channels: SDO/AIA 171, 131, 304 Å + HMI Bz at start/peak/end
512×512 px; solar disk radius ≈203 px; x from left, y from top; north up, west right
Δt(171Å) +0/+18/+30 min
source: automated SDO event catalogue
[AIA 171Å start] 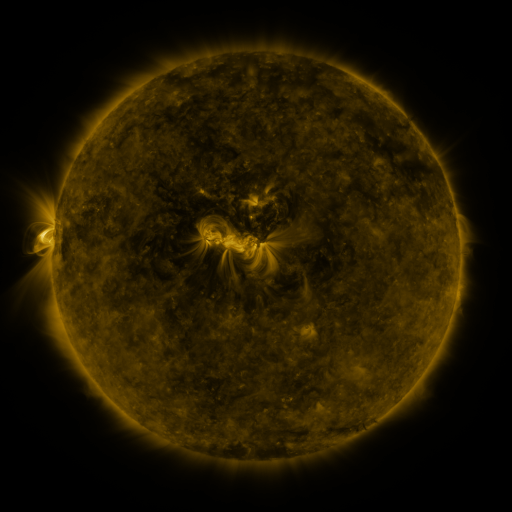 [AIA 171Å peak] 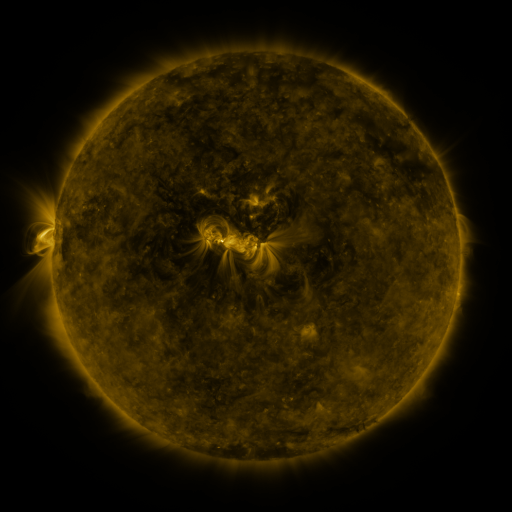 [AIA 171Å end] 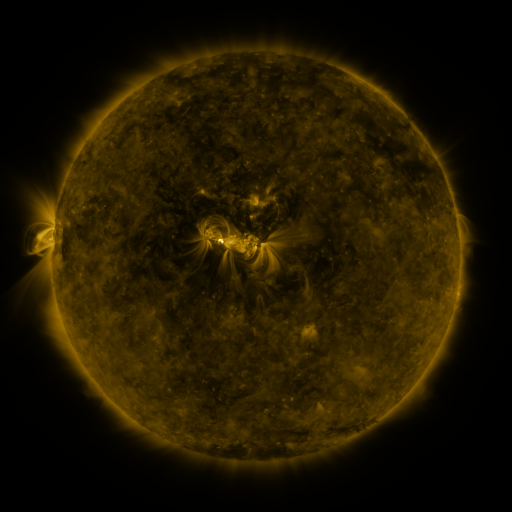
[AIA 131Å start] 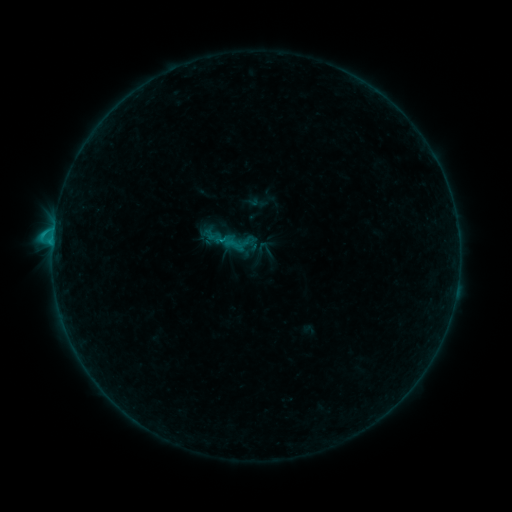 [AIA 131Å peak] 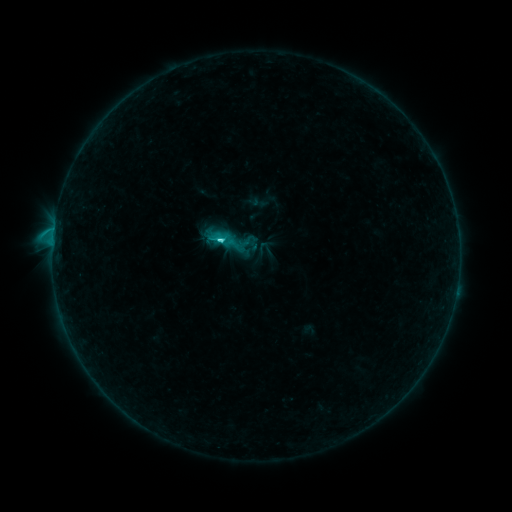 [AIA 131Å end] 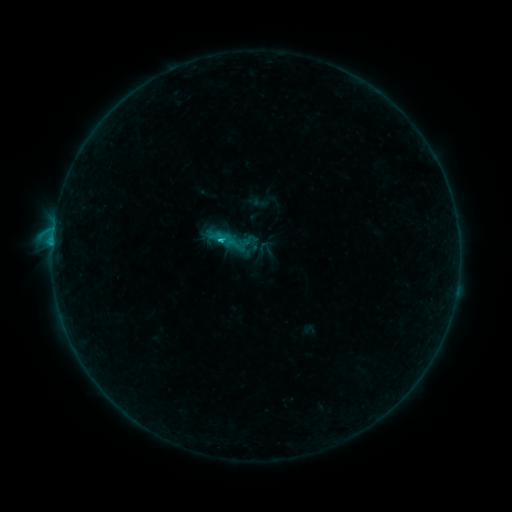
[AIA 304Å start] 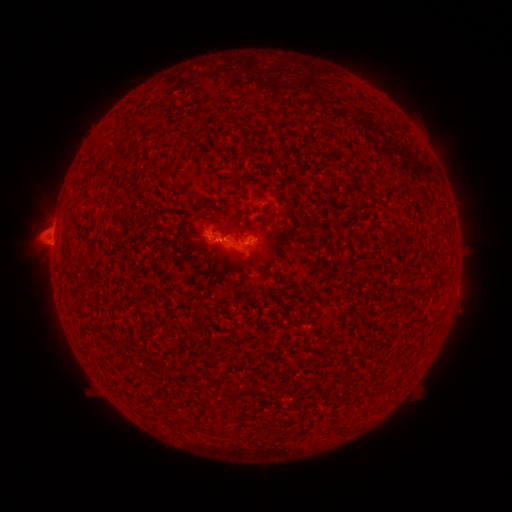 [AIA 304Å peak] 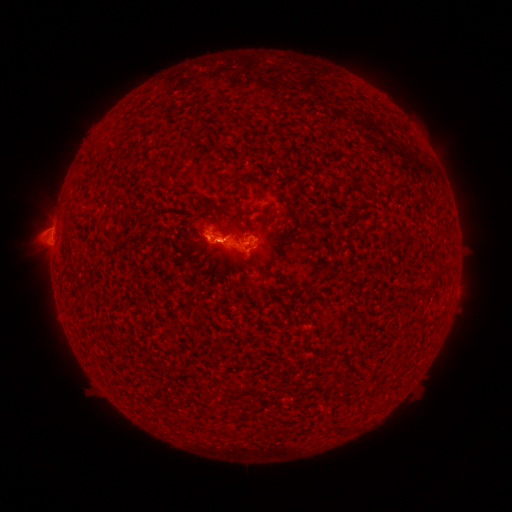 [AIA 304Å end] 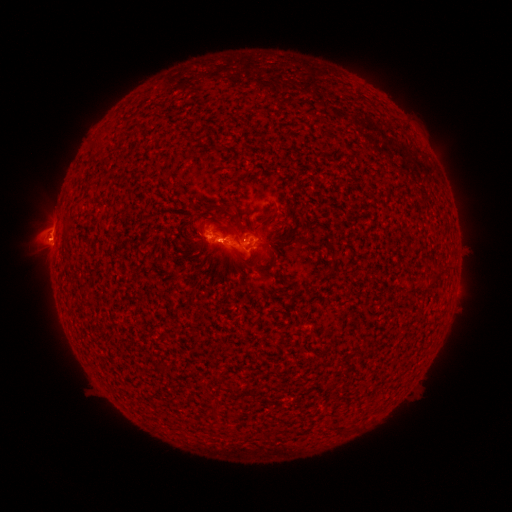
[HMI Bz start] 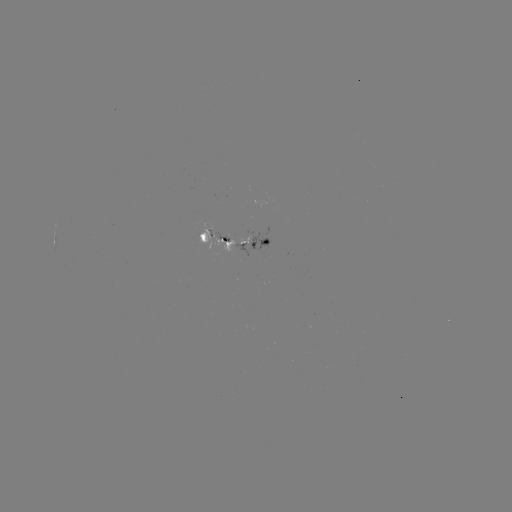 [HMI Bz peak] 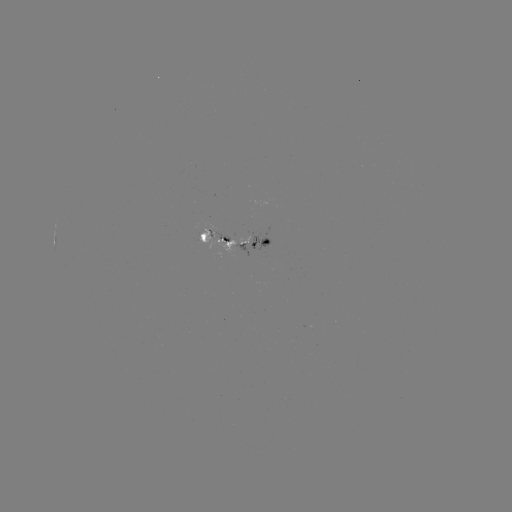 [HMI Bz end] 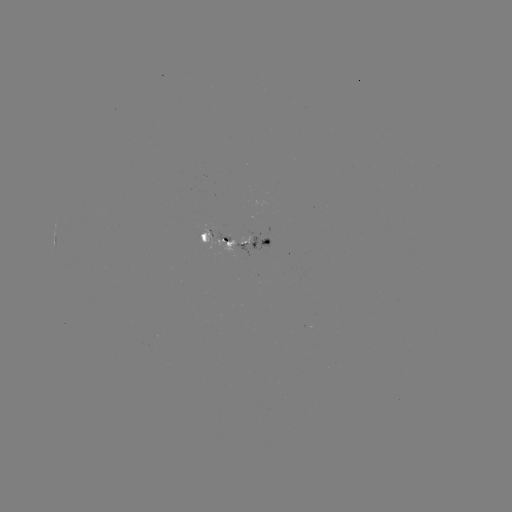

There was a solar flare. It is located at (221, 240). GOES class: C1.8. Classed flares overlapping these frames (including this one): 1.